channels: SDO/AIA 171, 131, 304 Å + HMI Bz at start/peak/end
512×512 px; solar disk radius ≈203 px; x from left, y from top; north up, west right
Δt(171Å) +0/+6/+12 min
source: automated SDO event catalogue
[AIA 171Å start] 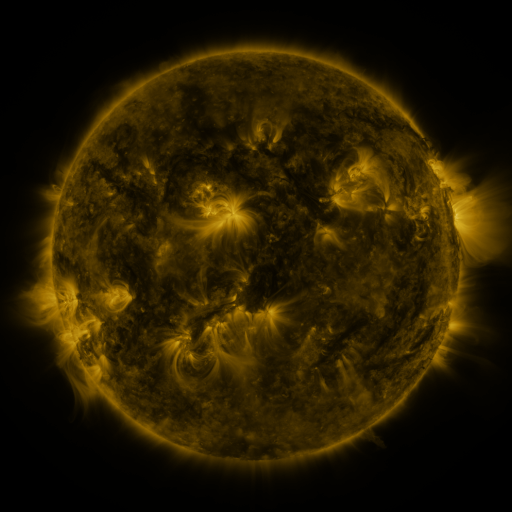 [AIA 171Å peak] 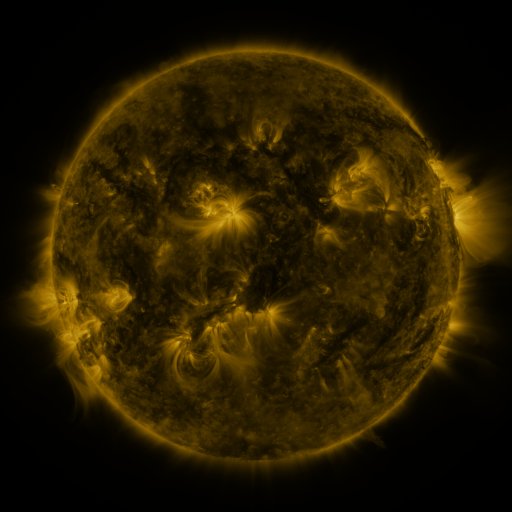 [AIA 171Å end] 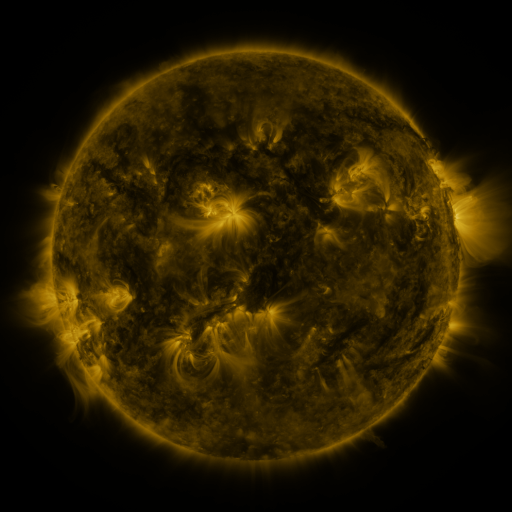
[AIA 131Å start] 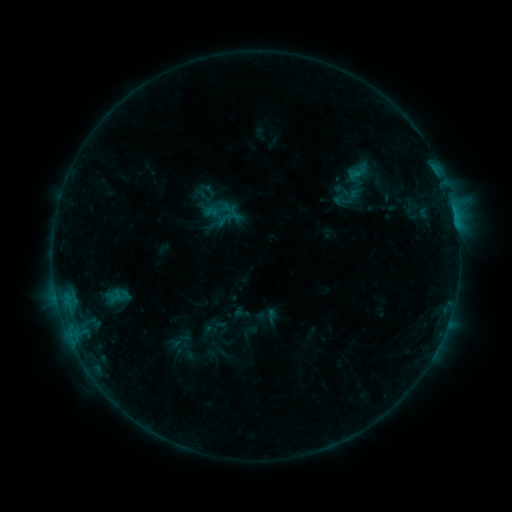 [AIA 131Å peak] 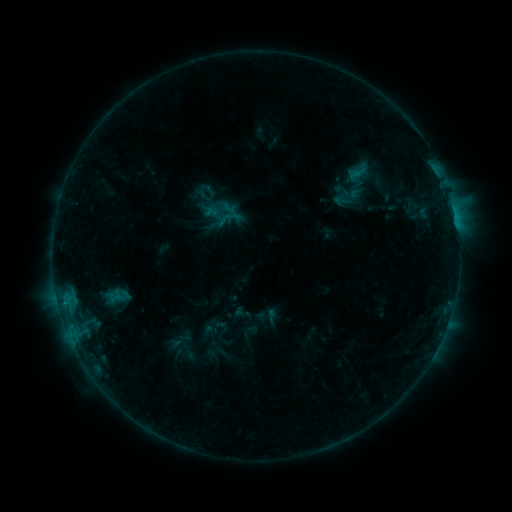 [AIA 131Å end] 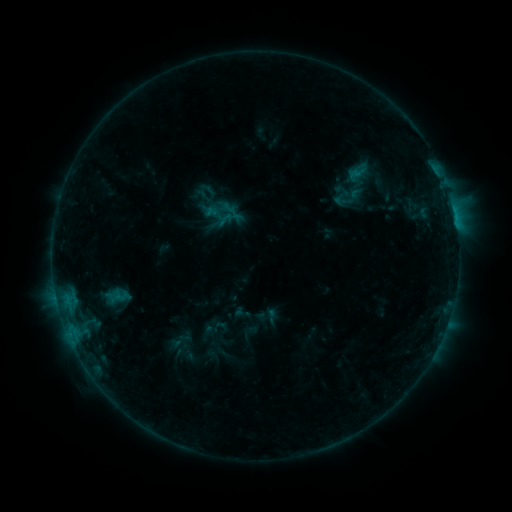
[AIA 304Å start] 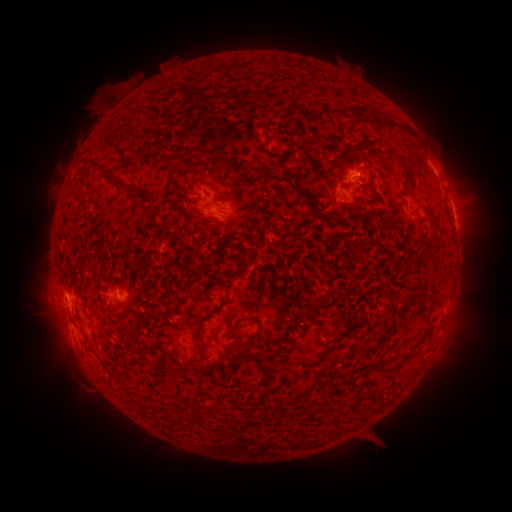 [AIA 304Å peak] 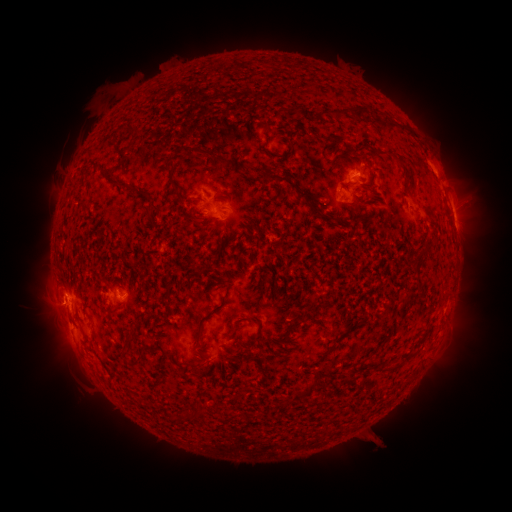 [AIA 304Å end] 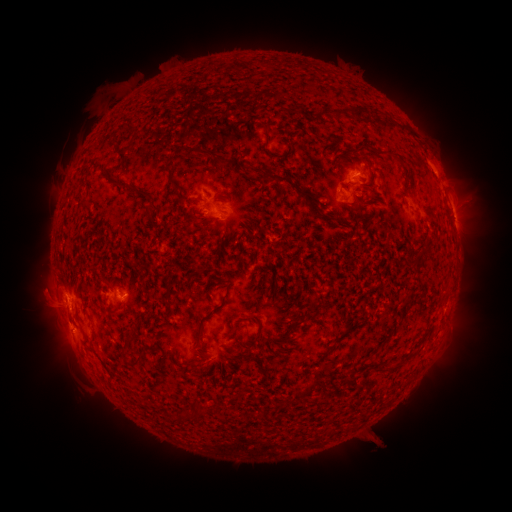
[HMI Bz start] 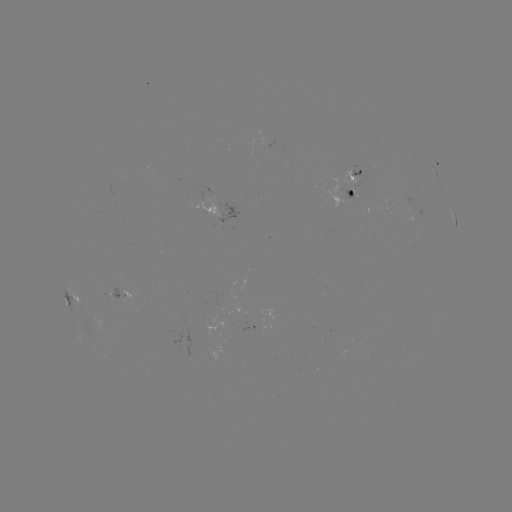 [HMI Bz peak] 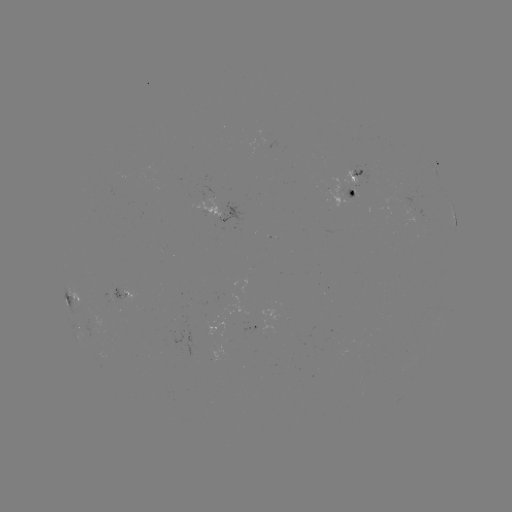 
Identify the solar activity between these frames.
B6.6 flare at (125, 294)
